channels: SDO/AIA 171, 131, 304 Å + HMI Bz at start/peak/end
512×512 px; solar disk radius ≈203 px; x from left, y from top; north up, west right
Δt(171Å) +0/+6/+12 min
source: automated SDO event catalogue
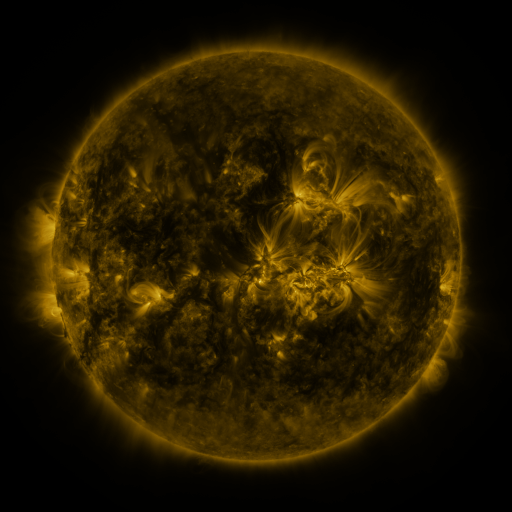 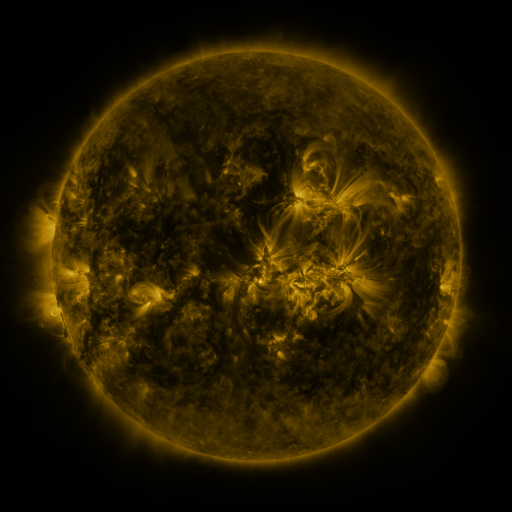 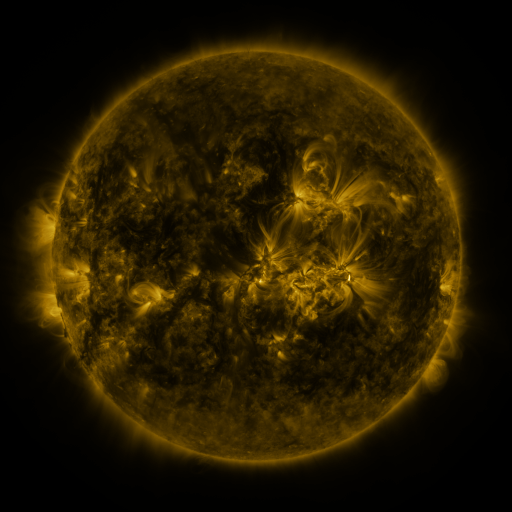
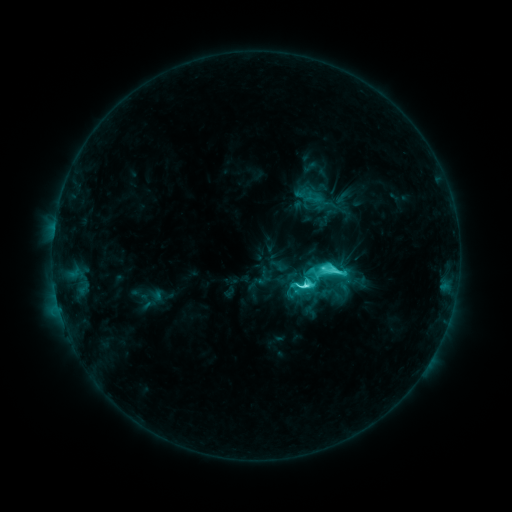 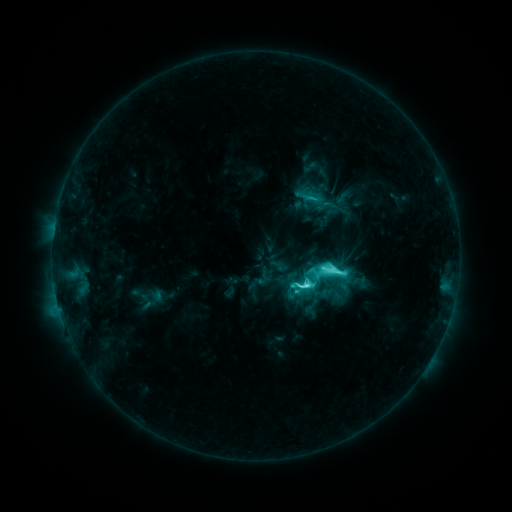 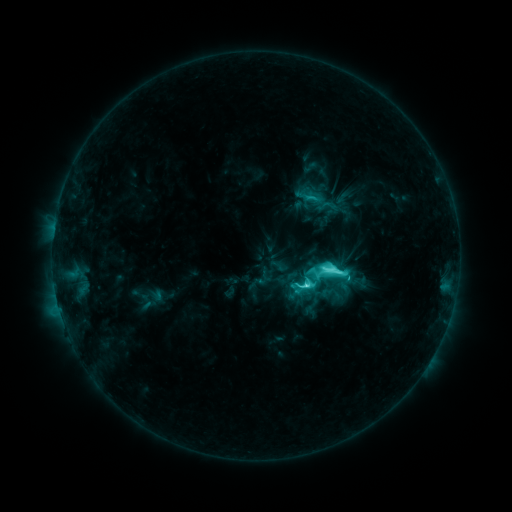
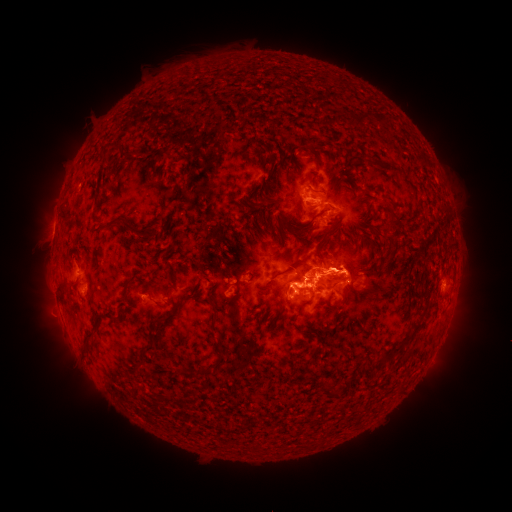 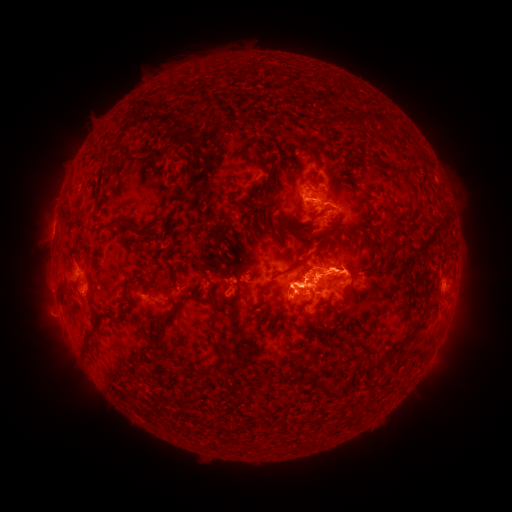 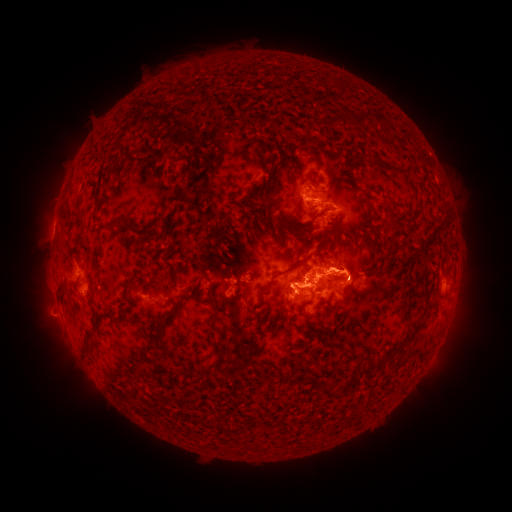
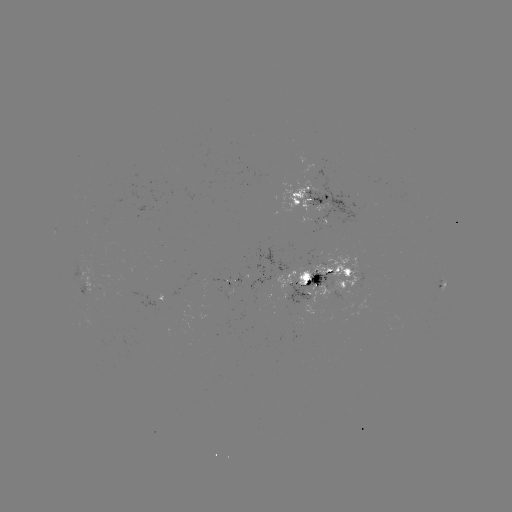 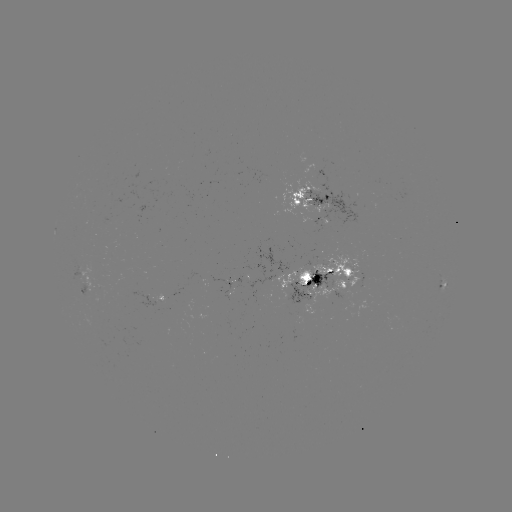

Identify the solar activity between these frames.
eruption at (53, 281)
